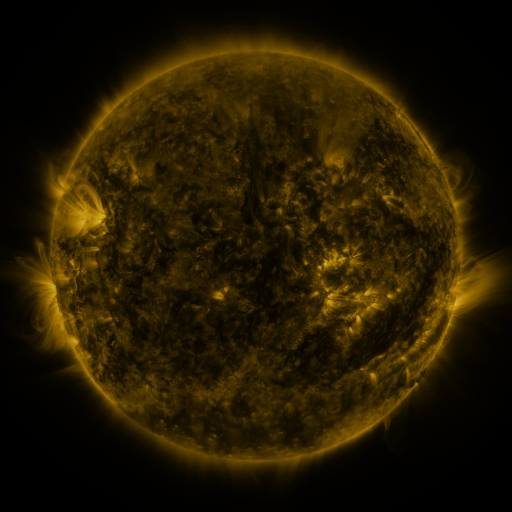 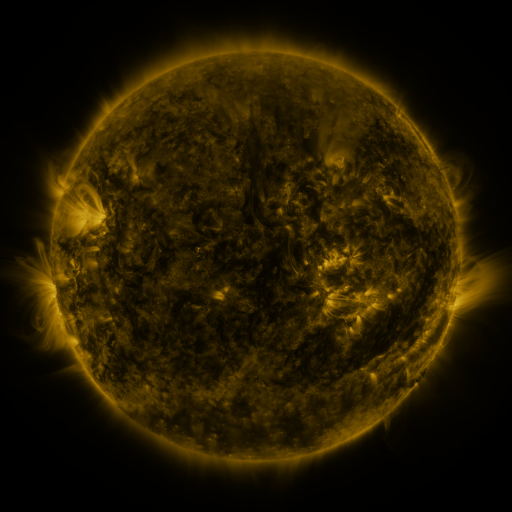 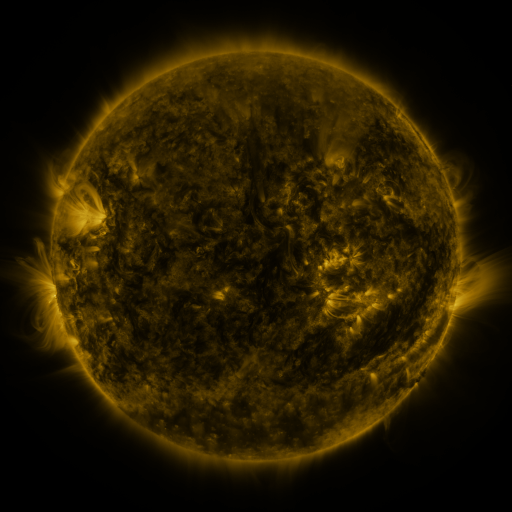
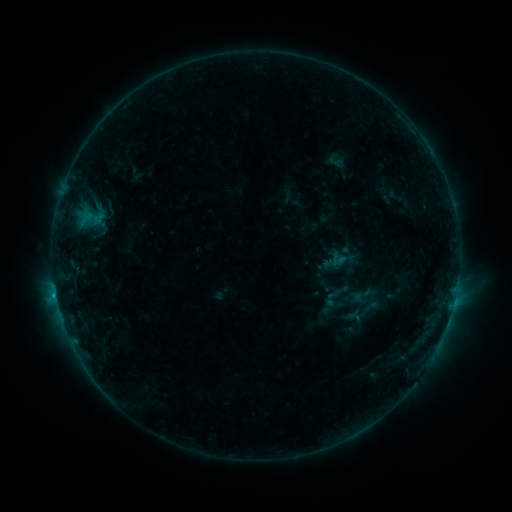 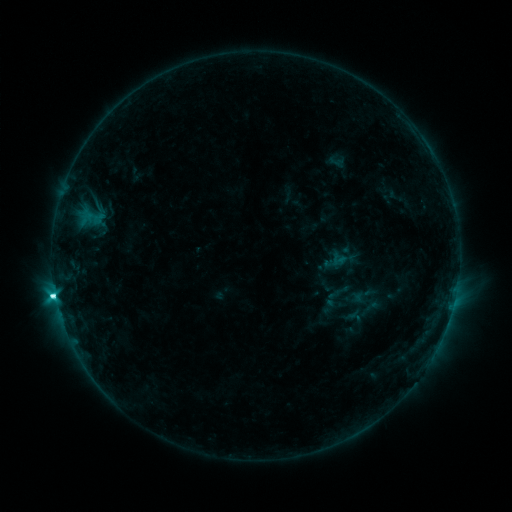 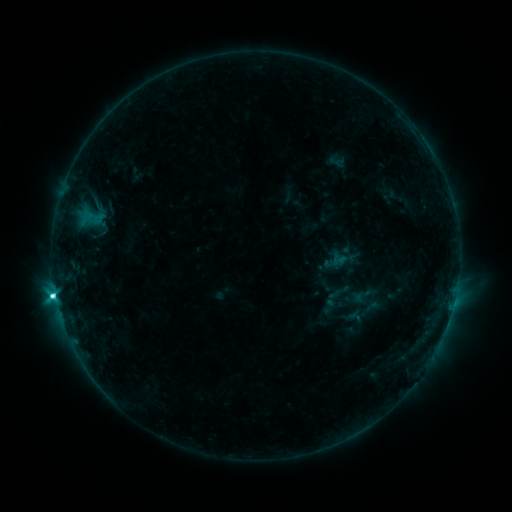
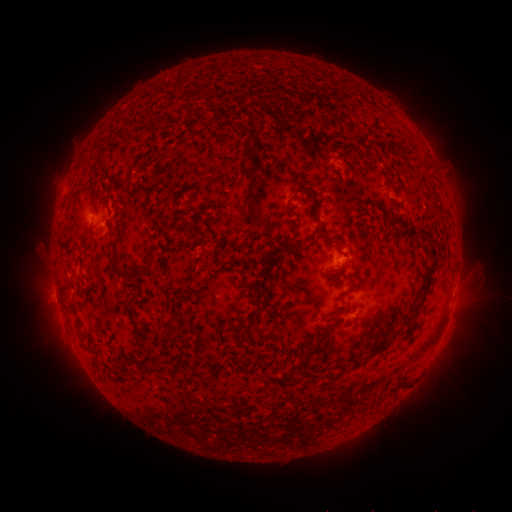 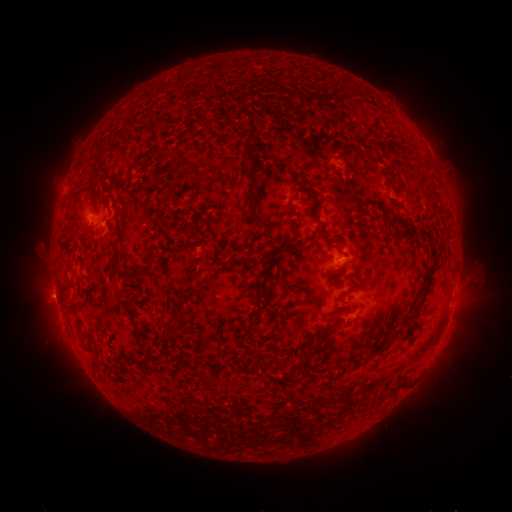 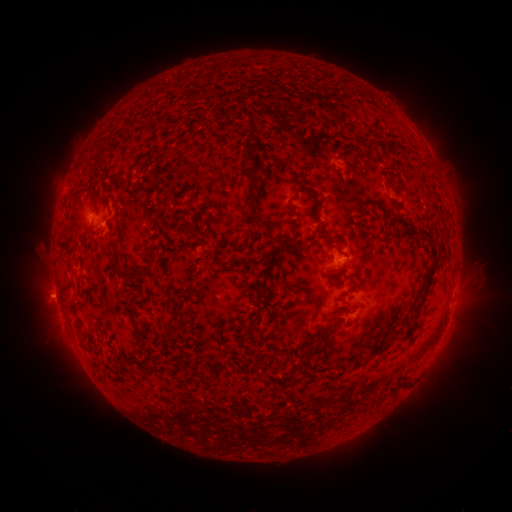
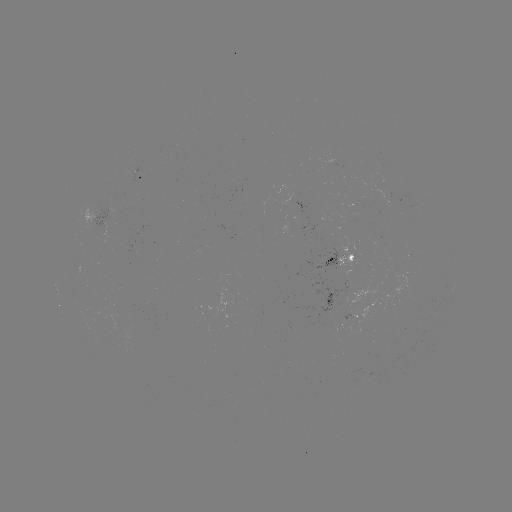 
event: flare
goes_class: C5.0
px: (56, 294)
